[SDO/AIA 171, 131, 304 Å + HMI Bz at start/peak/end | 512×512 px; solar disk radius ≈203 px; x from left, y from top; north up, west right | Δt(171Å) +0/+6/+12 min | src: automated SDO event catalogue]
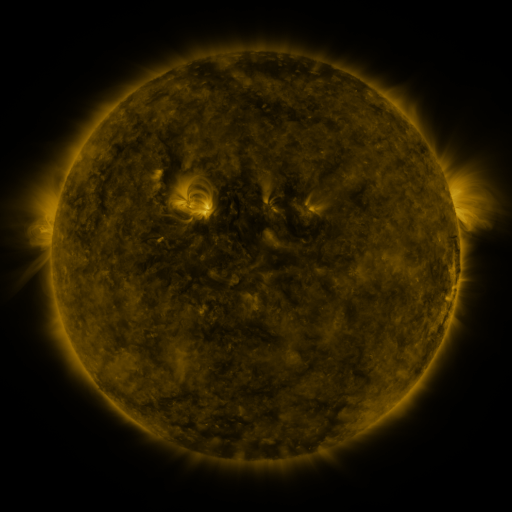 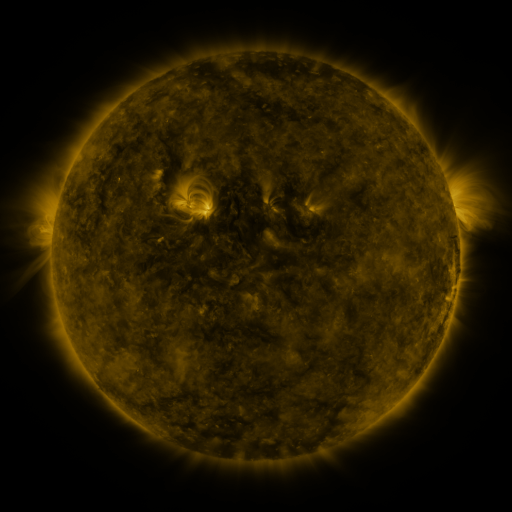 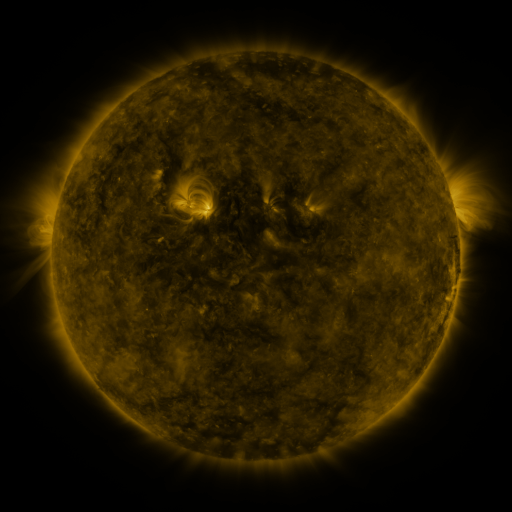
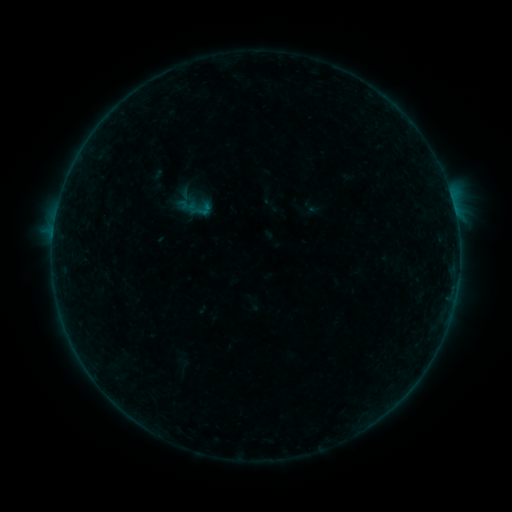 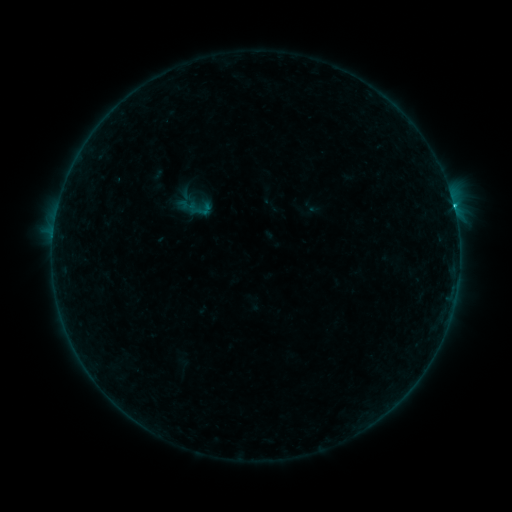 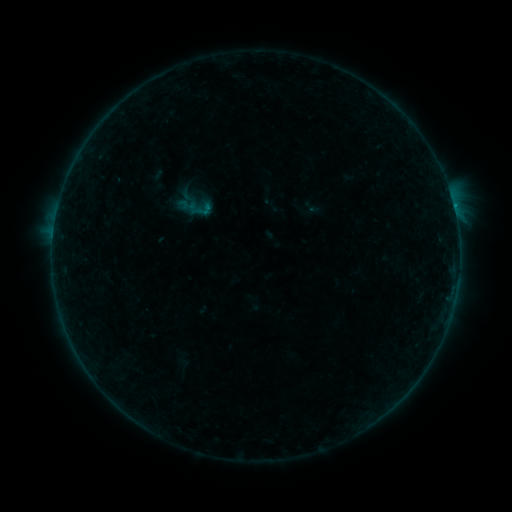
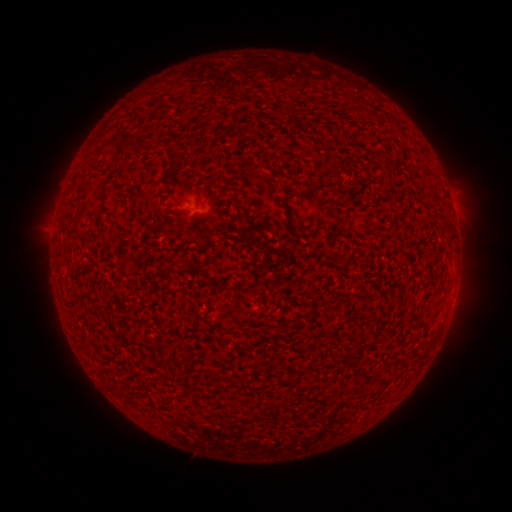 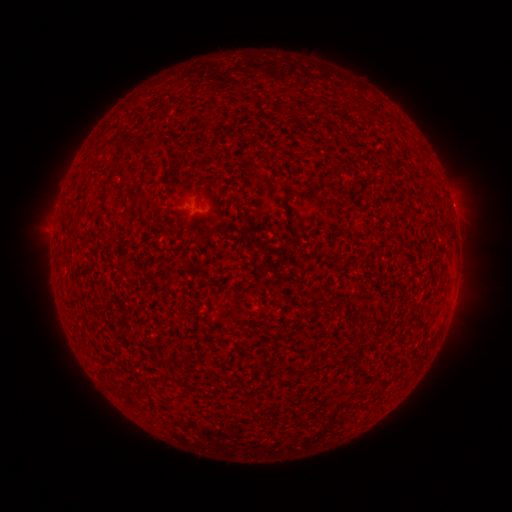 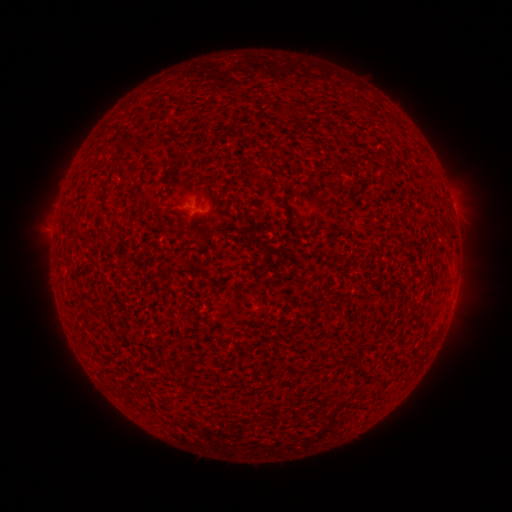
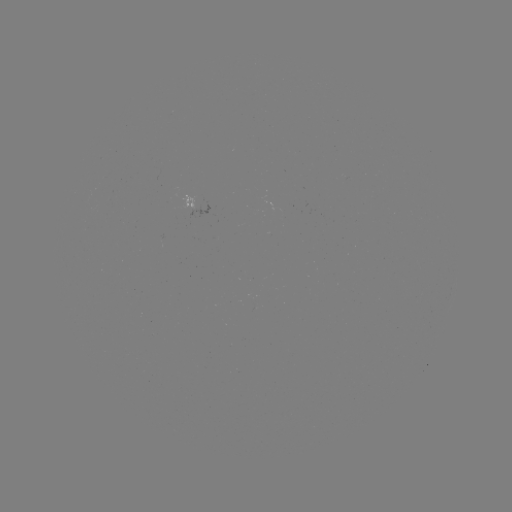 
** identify B6.8 flare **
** [453, 206] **